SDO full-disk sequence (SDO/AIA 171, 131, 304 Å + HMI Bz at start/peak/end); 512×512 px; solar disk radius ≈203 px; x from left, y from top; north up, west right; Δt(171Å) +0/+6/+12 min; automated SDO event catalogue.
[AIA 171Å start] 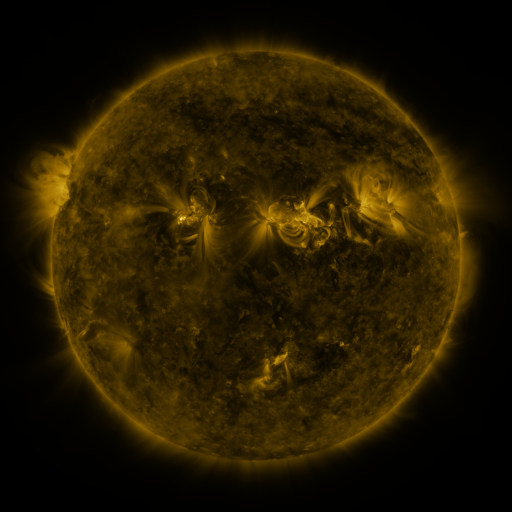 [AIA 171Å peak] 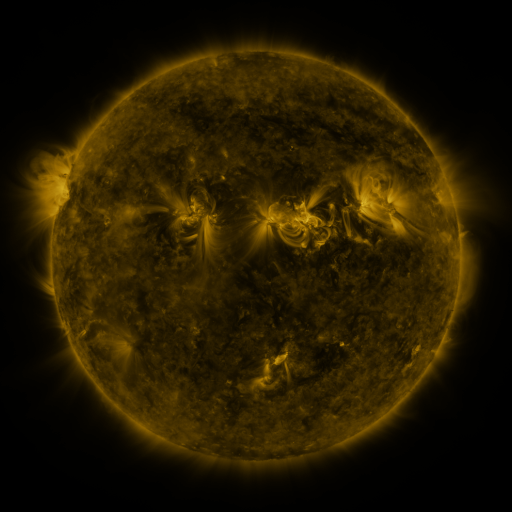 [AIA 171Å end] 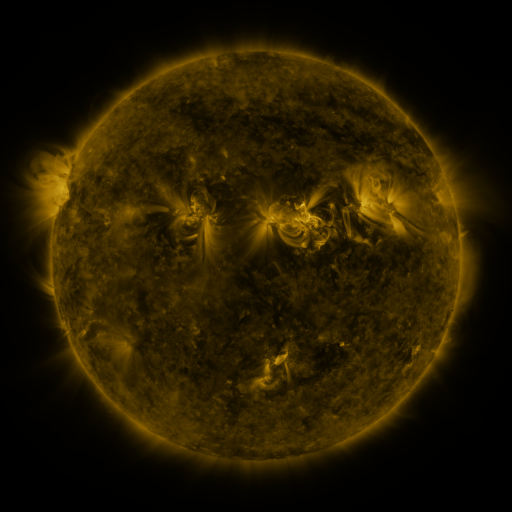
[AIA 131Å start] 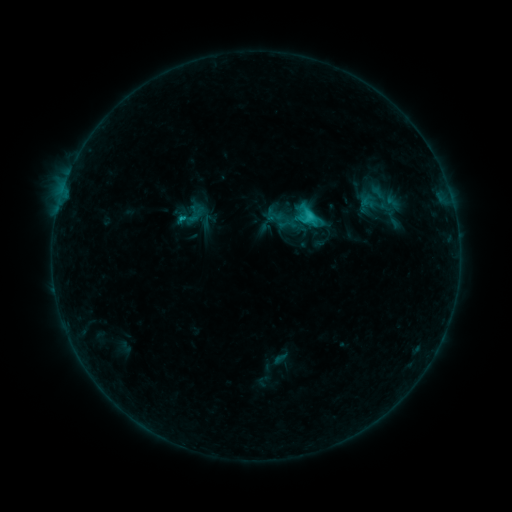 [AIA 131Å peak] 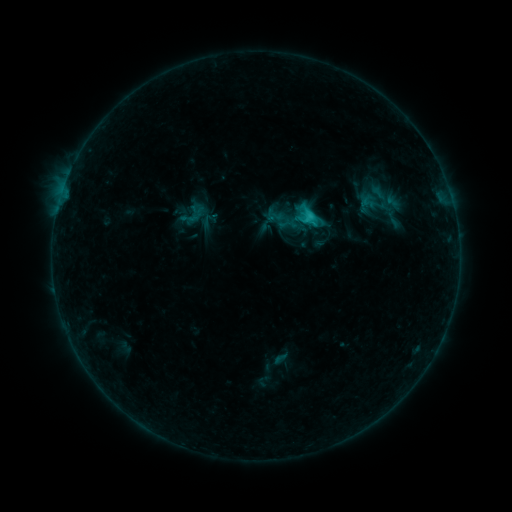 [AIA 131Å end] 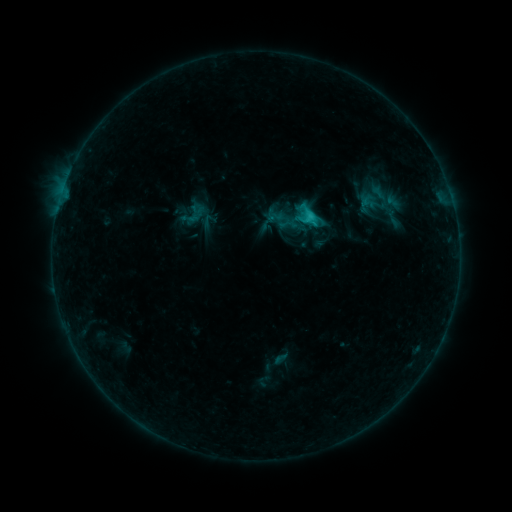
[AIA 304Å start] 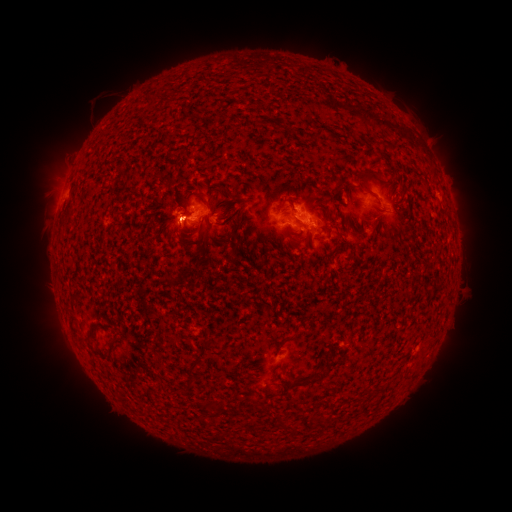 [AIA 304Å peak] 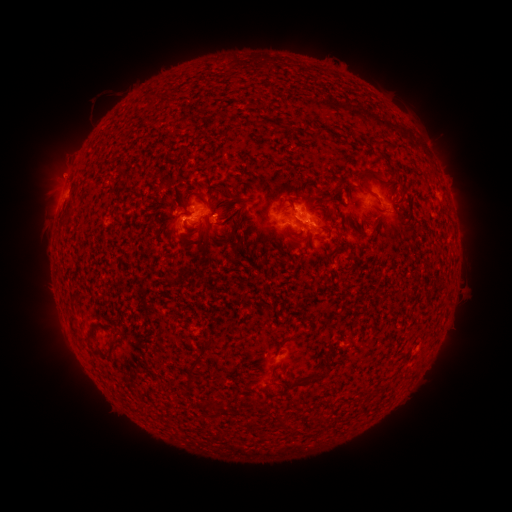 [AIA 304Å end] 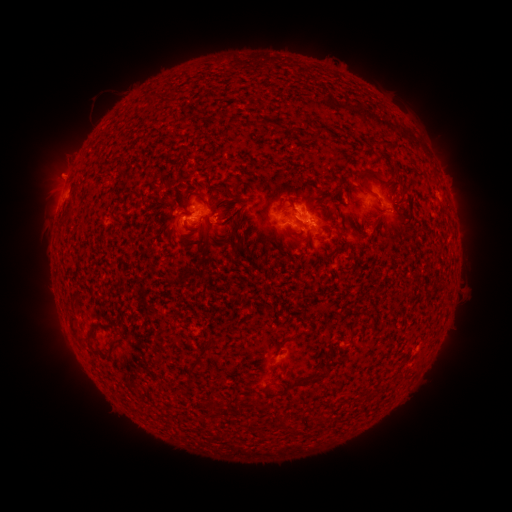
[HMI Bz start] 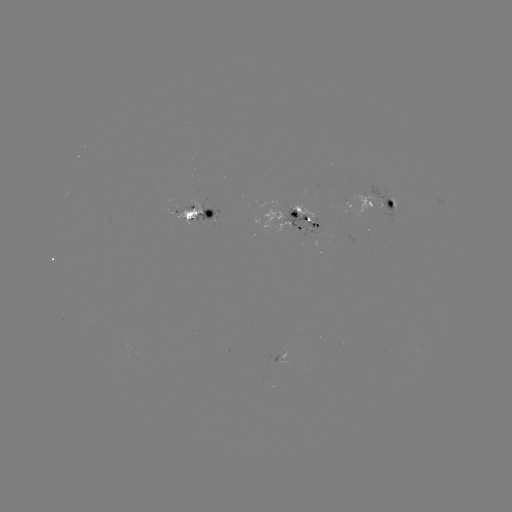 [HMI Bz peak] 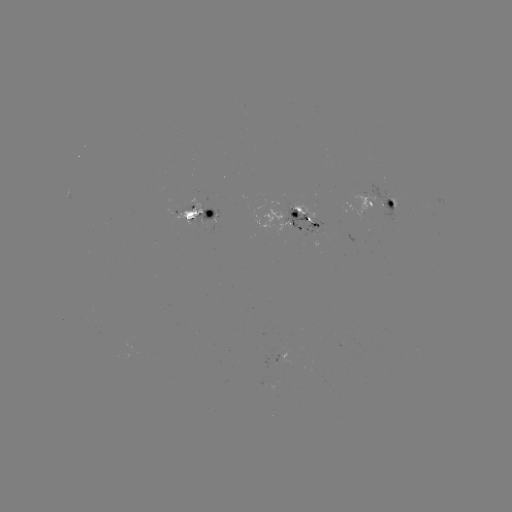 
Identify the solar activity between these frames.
eruption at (62, 170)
